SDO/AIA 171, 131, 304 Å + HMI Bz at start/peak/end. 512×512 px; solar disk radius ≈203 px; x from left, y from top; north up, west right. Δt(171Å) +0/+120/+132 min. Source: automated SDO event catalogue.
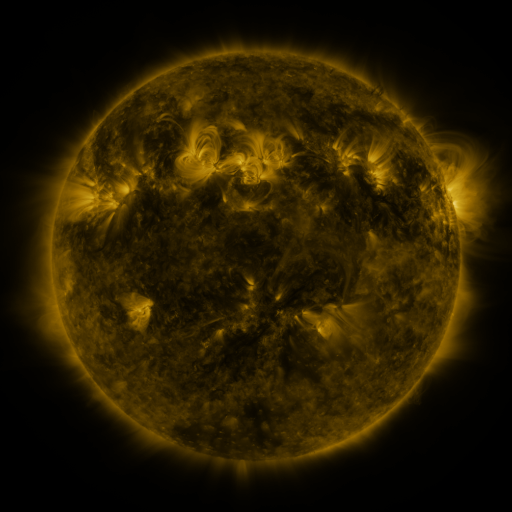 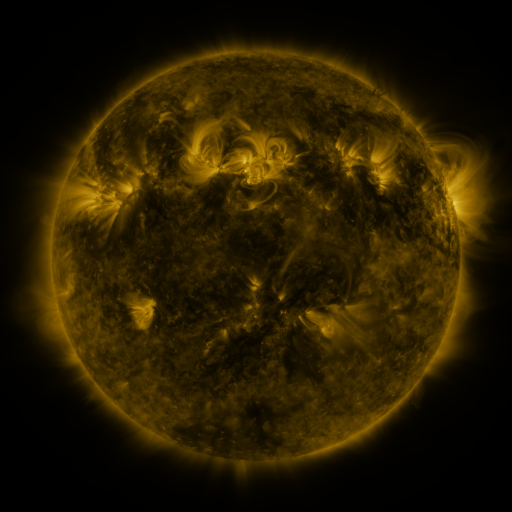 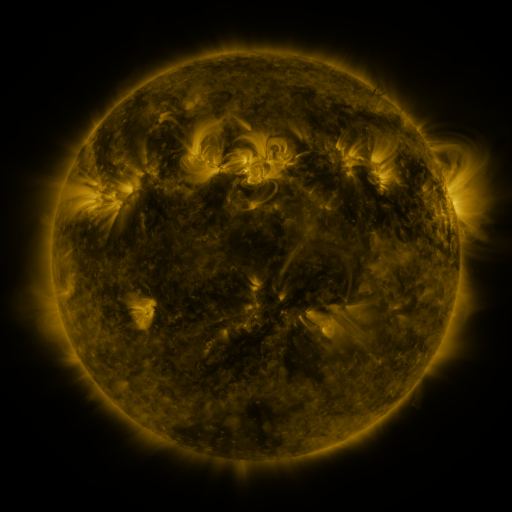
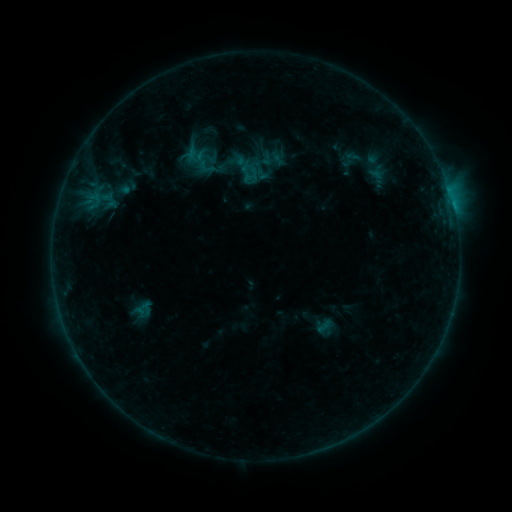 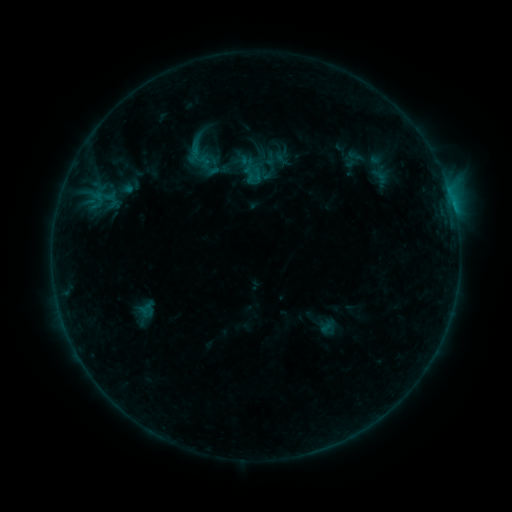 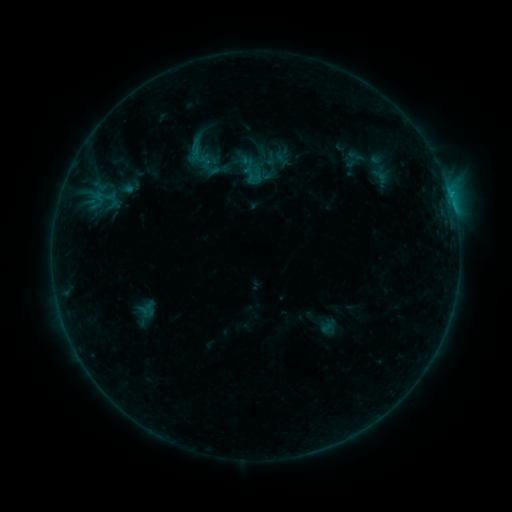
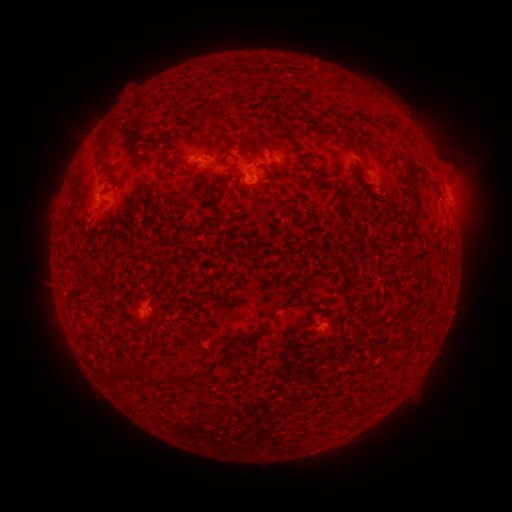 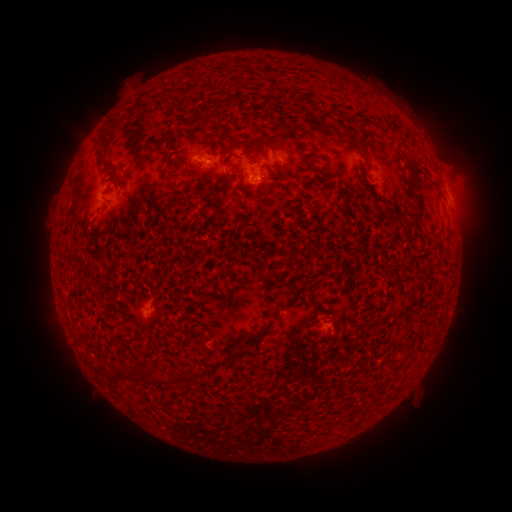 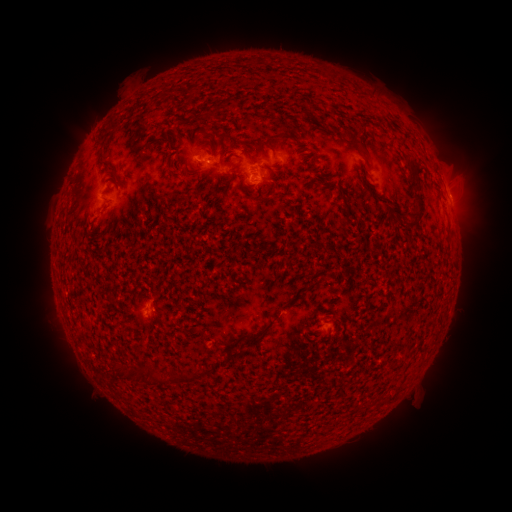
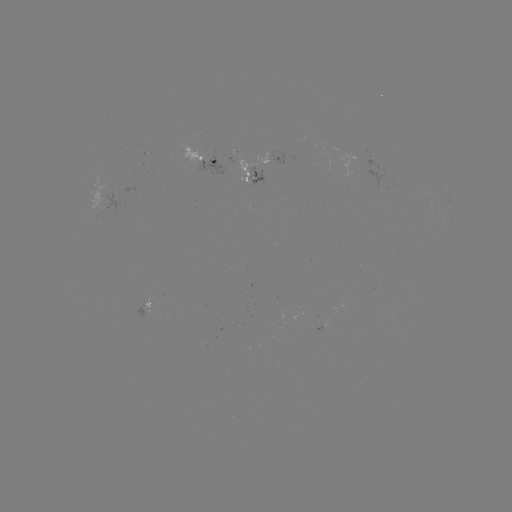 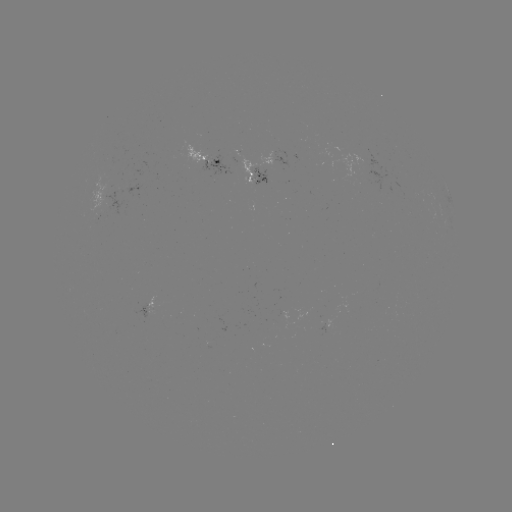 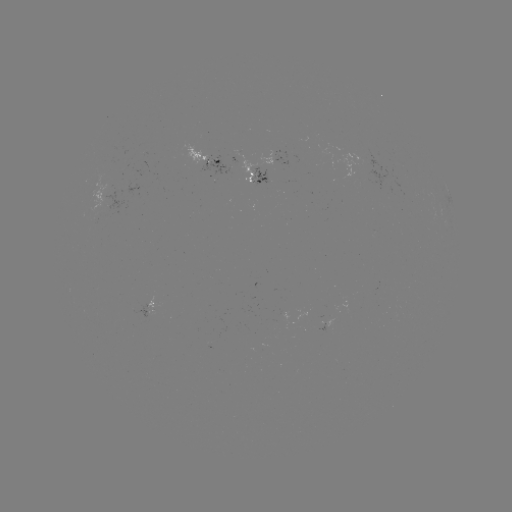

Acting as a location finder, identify emerging-flux region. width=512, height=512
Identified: [250, 169].